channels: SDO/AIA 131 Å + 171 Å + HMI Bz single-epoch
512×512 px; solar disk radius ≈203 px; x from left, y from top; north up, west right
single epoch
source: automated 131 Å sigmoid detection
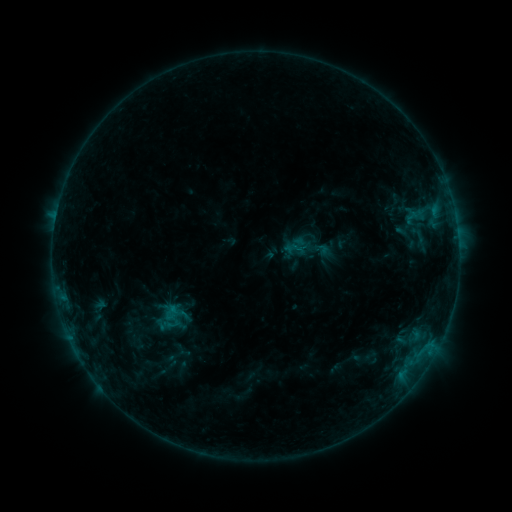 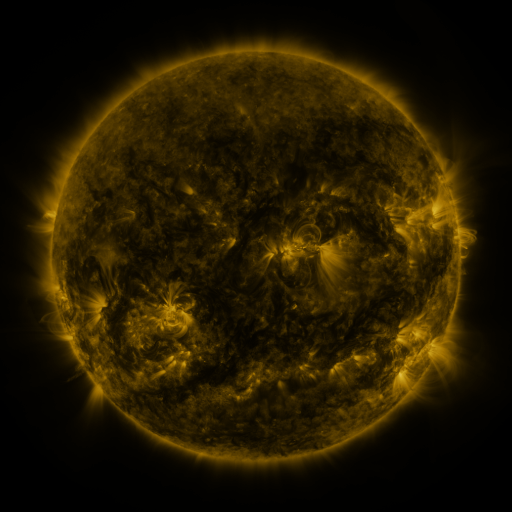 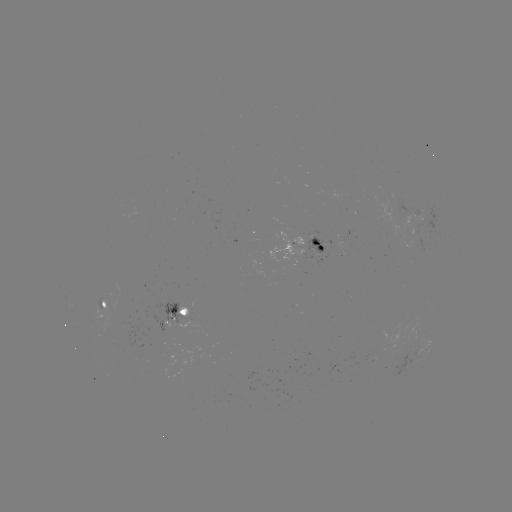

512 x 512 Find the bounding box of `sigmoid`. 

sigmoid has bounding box [292, 238, 316, 261].